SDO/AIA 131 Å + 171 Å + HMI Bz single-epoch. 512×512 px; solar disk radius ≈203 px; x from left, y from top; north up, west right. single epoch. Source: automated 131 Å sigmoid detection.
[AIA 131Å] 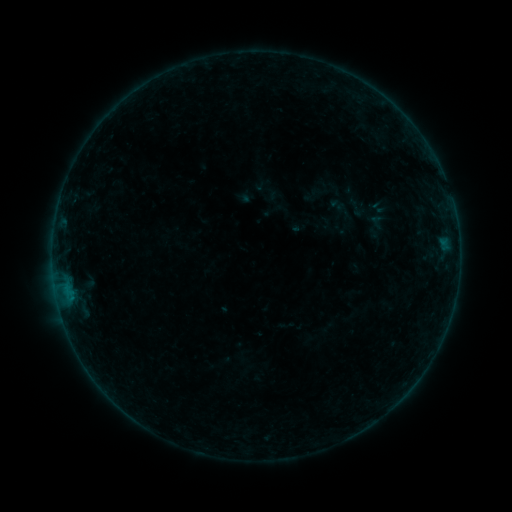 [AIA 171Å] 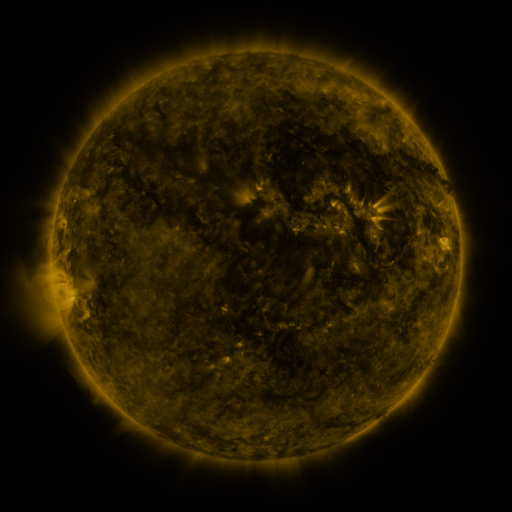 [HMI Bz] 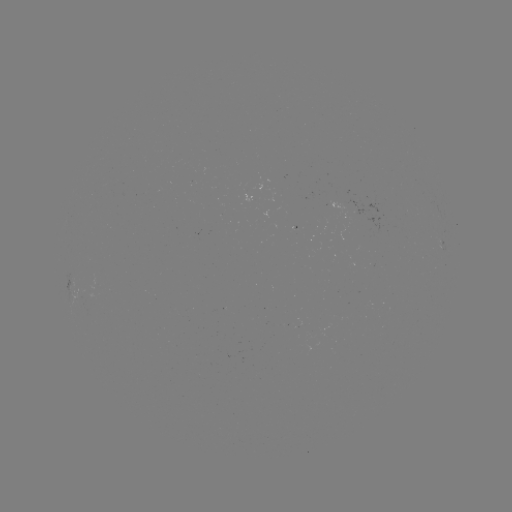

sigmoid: [366, 213, 387, 230]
